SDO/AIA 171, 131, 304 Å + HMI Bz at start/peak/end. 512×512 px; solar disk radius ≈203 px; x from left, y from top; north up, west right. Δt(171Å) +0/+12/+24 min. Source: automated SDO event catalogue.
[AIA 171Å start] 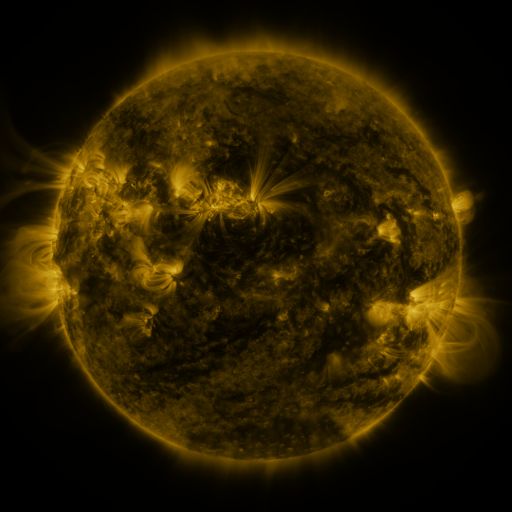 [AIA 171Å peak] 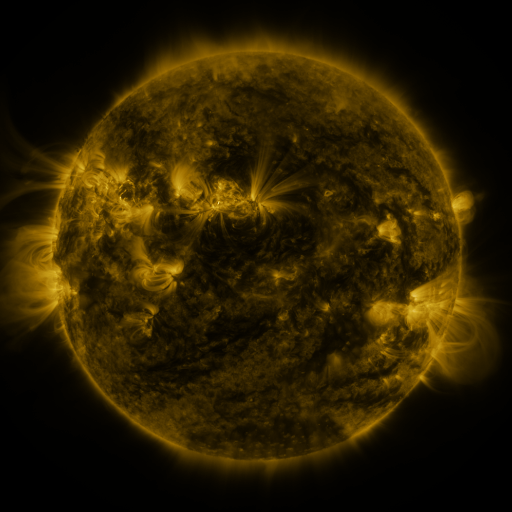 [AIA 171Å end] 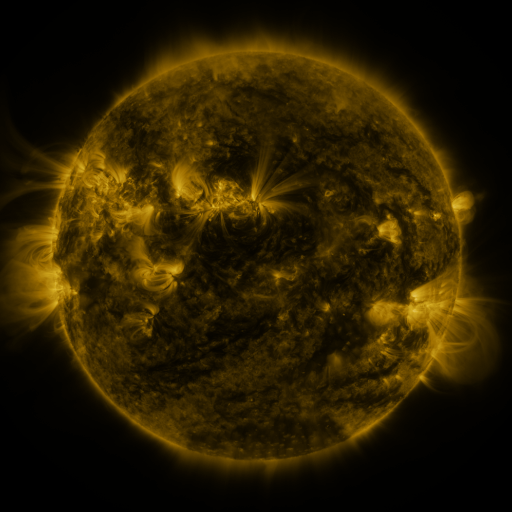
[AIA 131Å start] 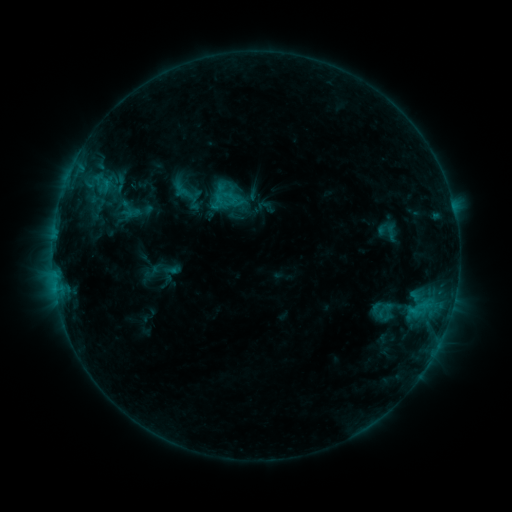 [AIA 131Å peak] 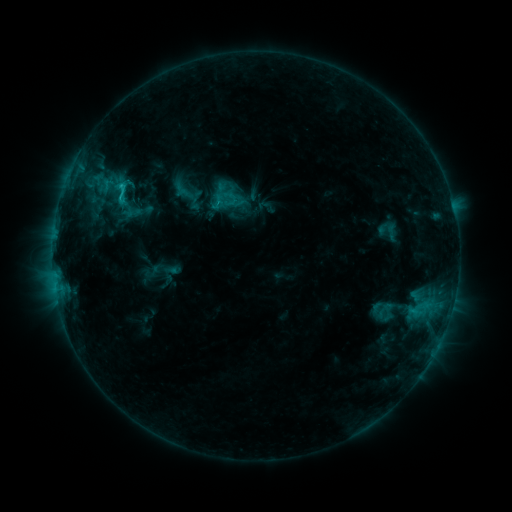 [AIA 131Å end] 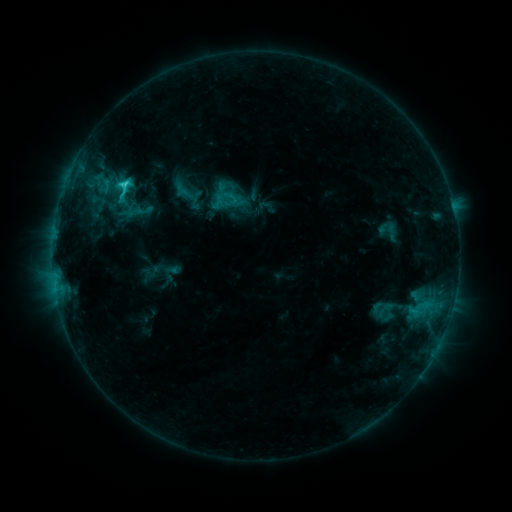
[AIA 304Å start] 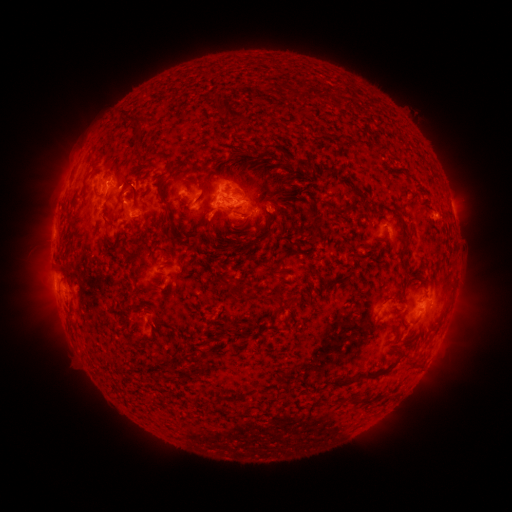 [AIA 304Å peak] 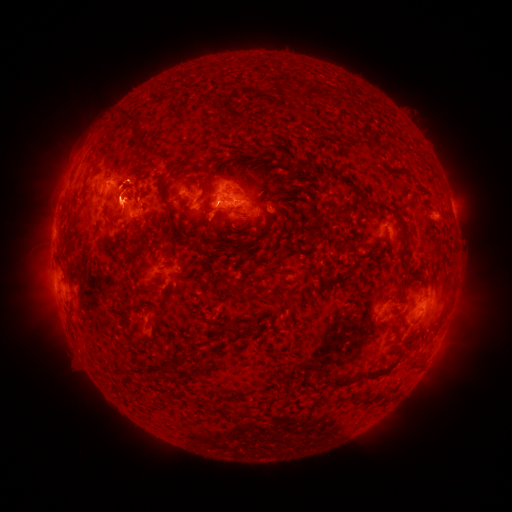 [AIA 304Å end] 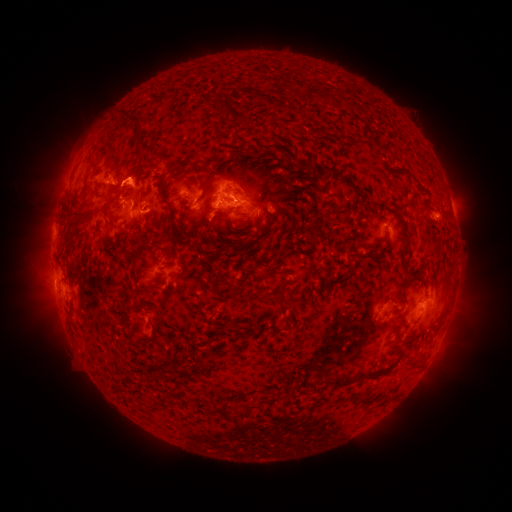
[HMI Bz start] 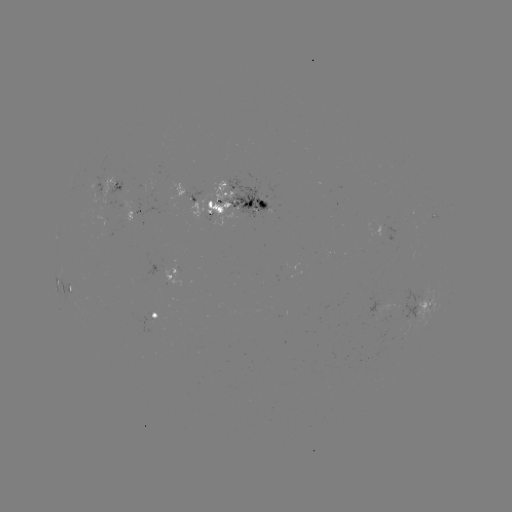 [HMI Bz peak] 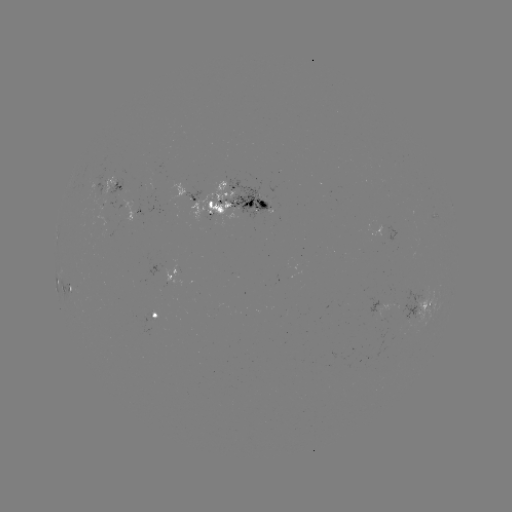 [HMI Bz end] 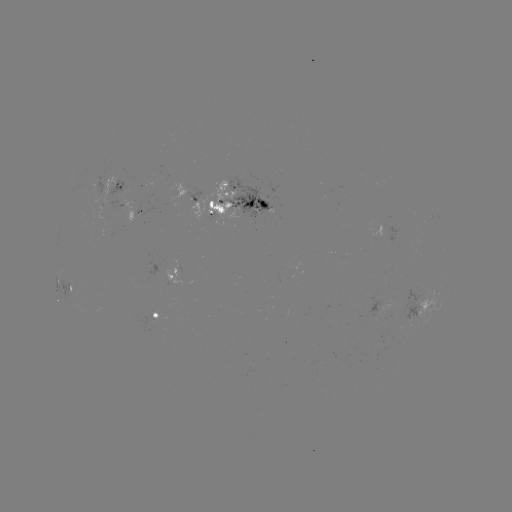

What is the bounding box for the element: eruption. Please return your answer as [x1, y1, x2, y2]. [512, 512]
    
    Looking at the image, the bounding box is [92, 141, 160, 227].